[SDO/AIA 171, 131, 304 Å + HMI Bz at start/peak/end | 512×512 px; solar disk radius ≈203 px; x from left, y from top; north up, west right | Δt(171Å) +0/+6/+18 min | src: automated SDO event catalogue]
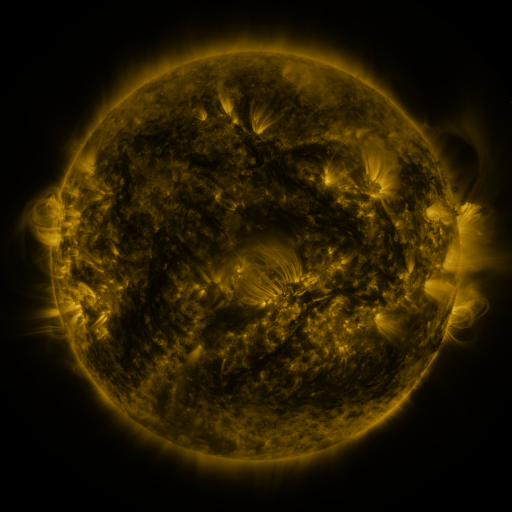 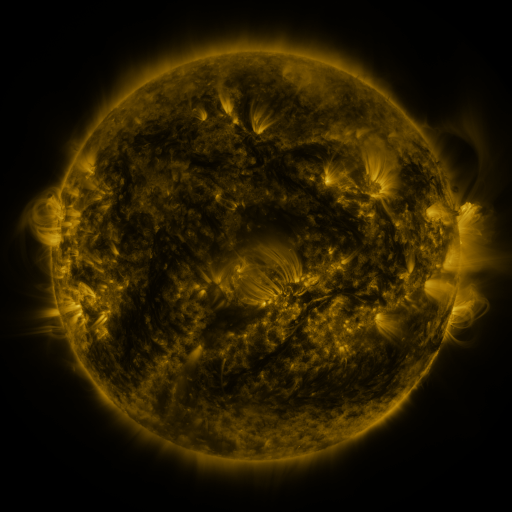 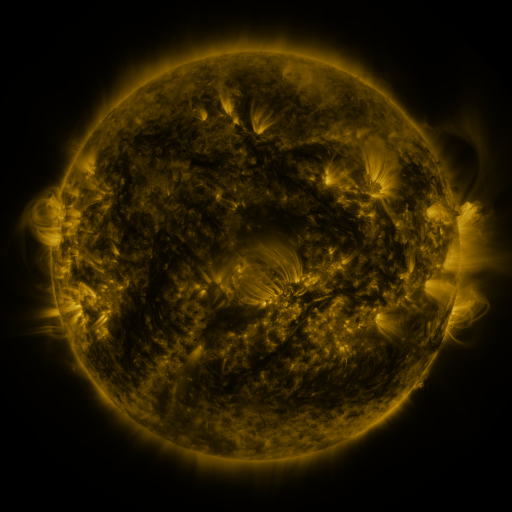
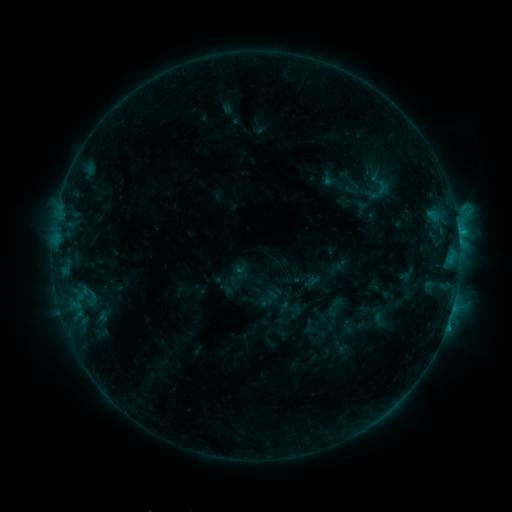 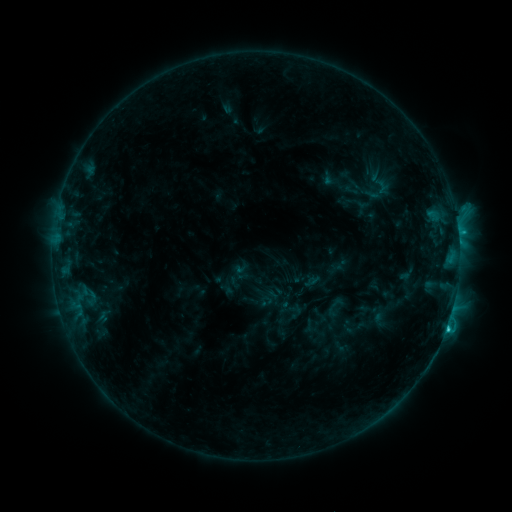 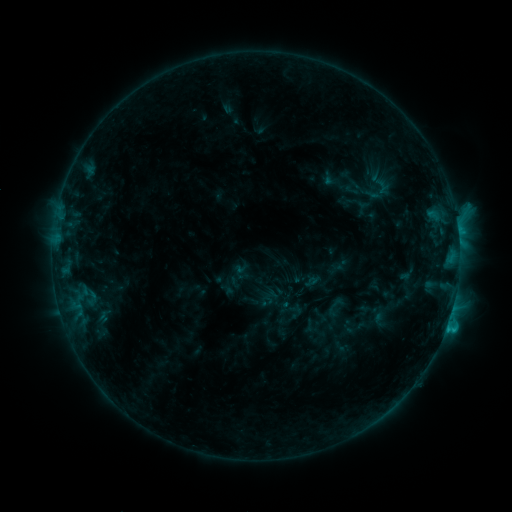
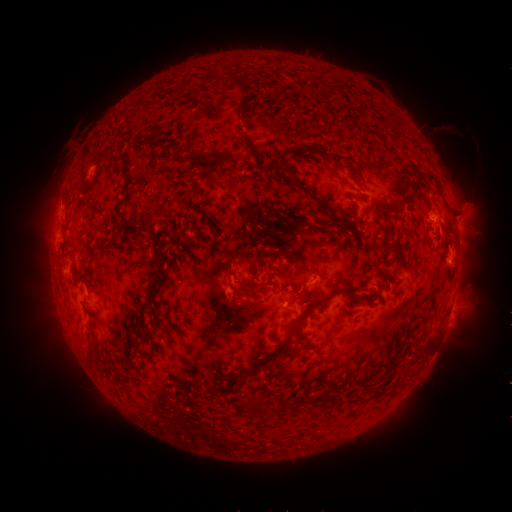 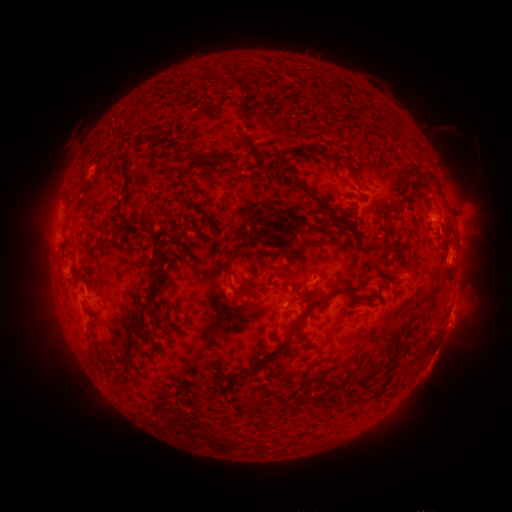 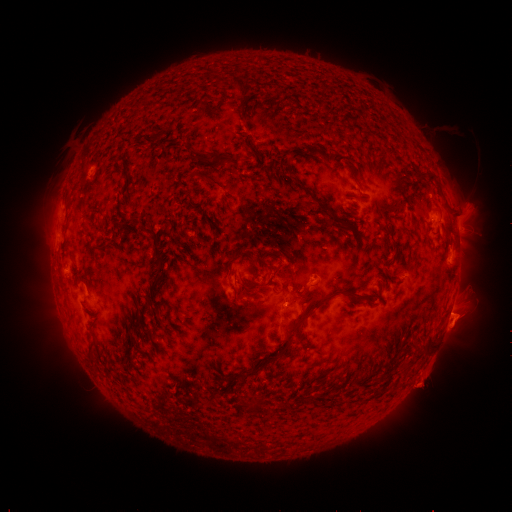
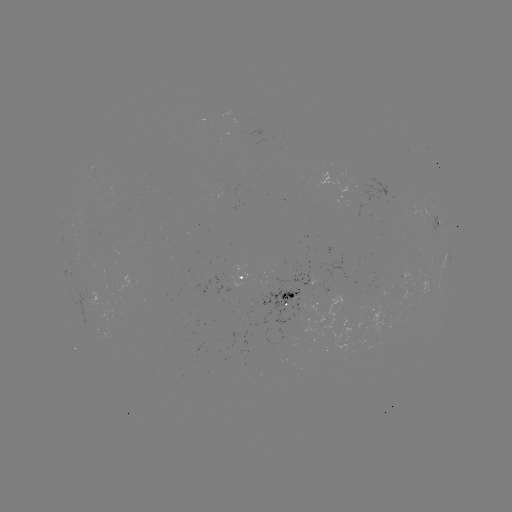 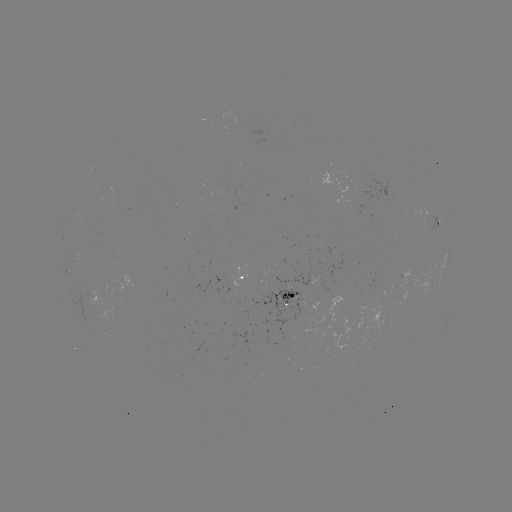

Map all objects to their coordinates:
C2.1 flare: (446, 324)
